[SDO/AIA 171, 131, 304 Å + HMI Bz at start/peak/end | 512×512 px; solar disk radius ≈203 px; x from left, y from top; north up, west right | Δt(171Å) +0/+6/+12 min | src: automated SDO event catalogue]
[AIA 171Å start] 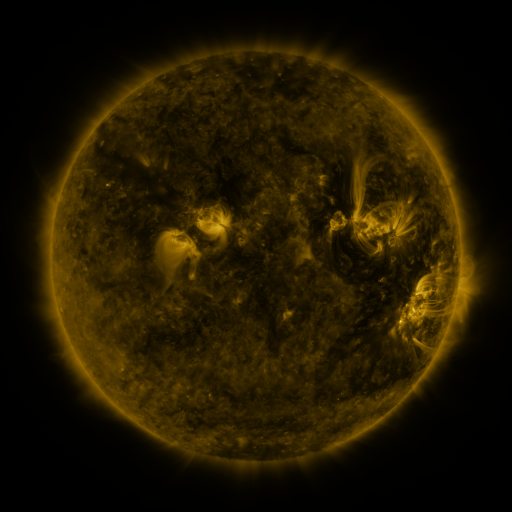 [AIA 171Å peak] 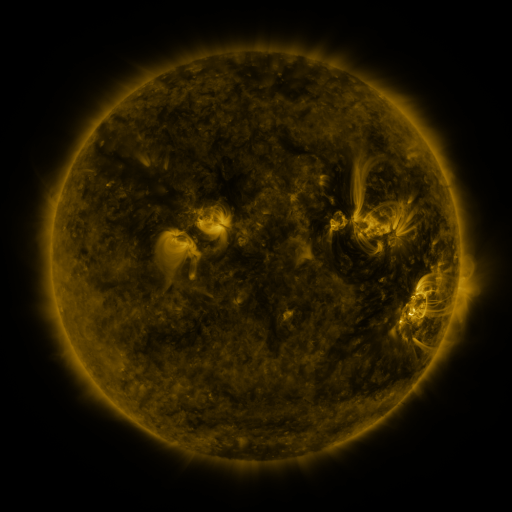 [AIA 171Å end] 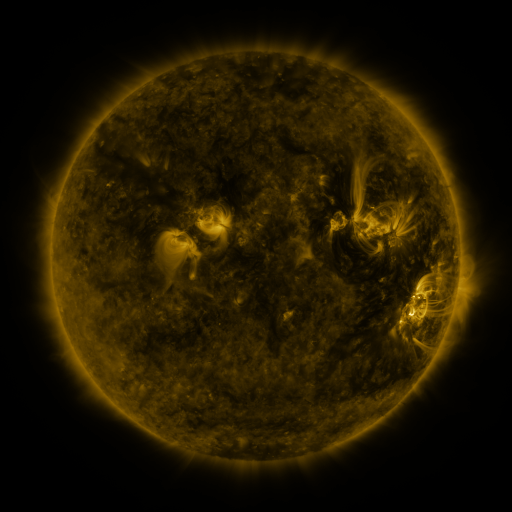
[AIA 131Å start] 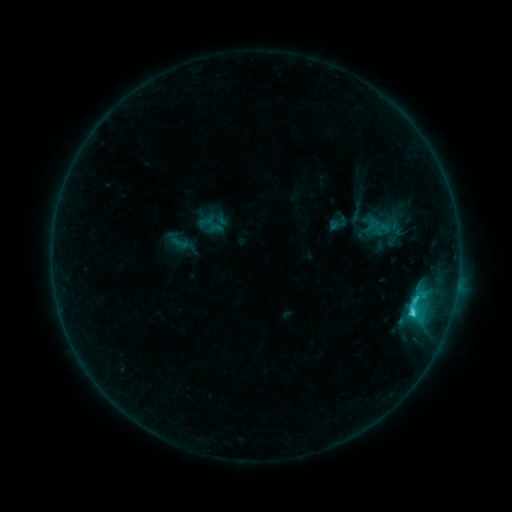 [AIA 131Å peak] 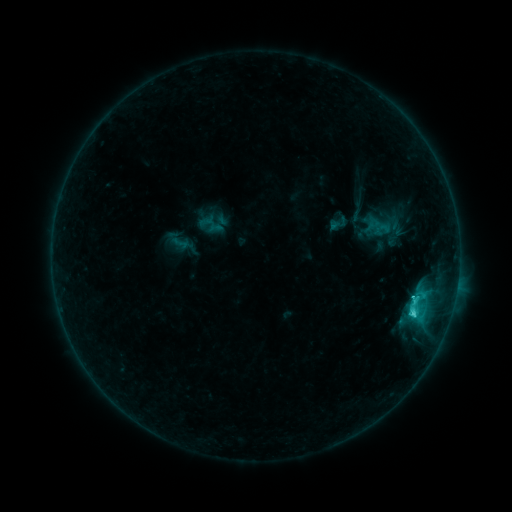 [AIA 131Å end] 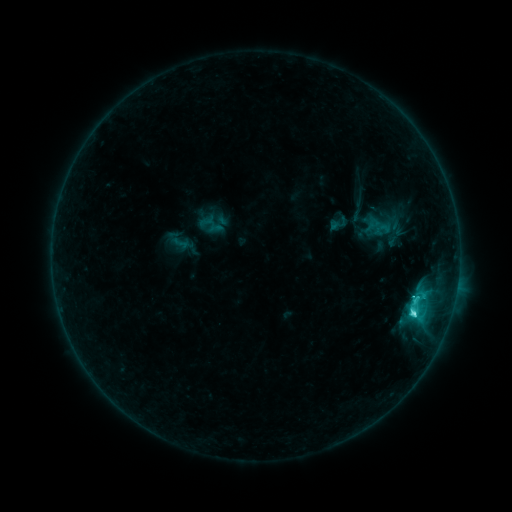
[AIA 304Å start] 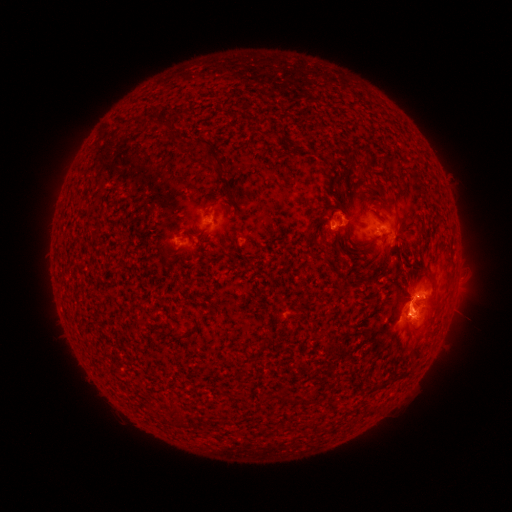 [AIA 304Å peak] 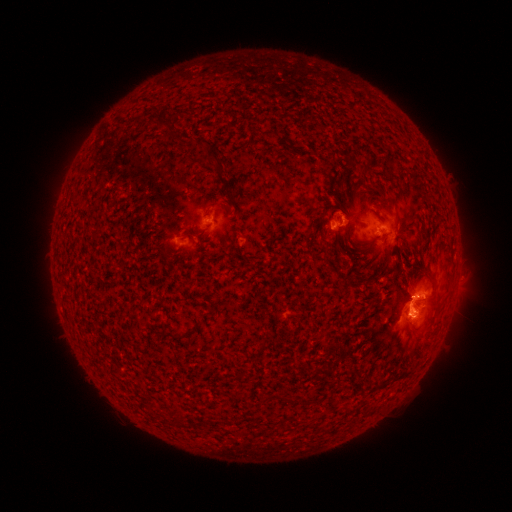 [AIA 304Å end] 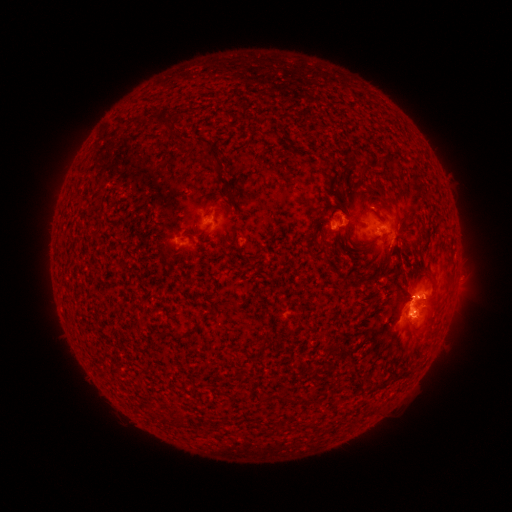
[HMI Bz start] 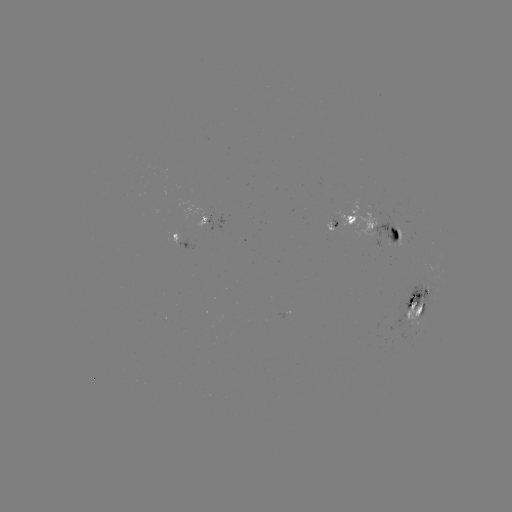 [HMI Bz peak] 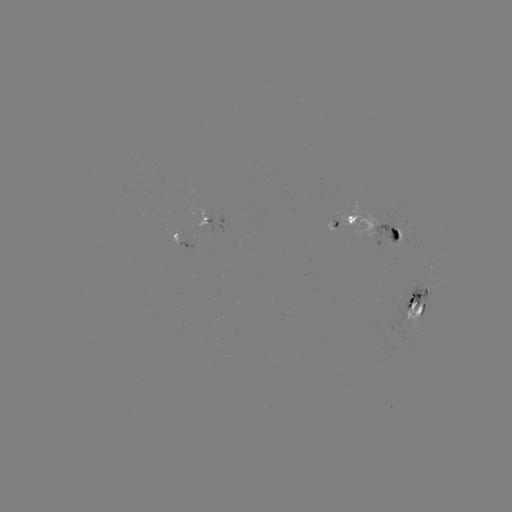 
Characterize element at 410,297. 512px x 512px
C4.5 flare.